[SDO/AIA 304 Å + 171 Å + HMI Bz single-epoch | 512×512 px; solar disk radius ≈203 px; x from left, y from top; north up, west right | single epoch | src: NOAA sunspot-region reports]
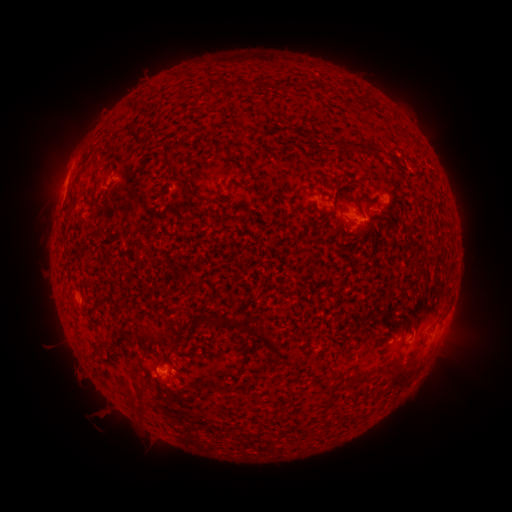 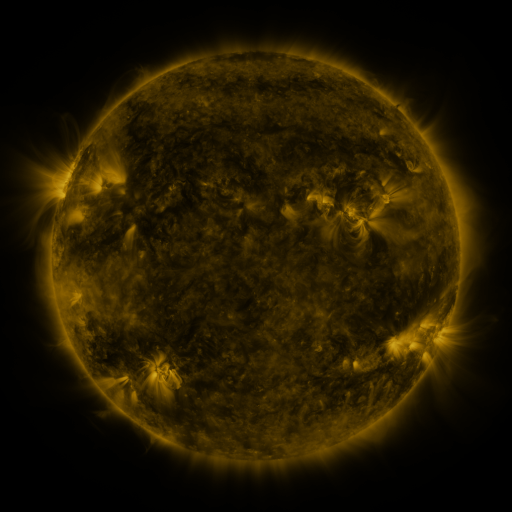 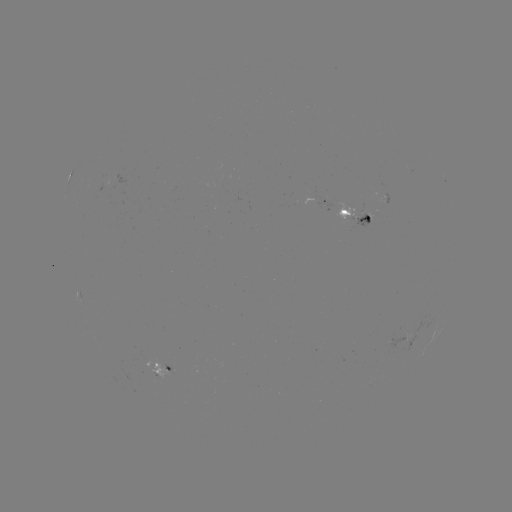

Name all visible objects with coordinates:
spotted active region: (325, 201)
spotted active region: (355, 214)
spotted active region: (396, 338)
spotted active region: (160, 367)
